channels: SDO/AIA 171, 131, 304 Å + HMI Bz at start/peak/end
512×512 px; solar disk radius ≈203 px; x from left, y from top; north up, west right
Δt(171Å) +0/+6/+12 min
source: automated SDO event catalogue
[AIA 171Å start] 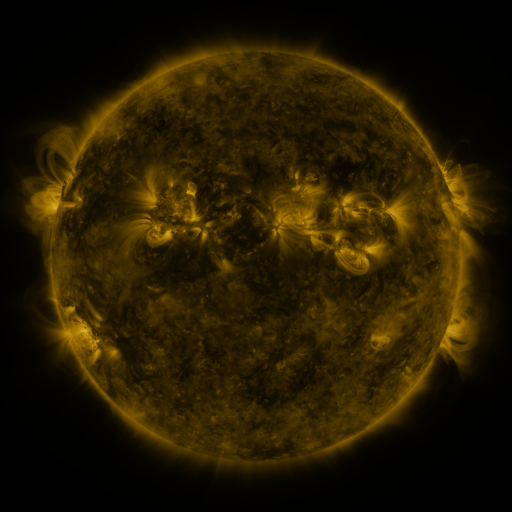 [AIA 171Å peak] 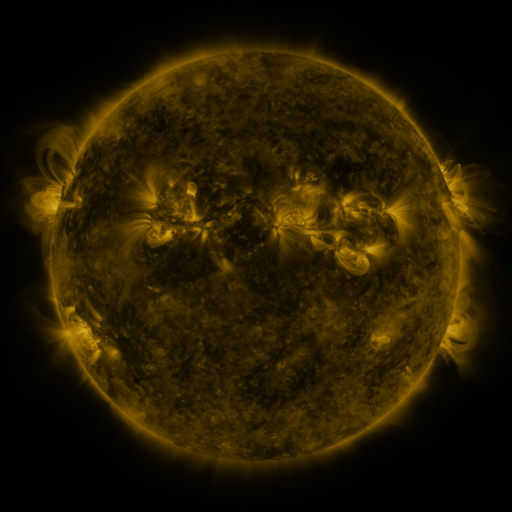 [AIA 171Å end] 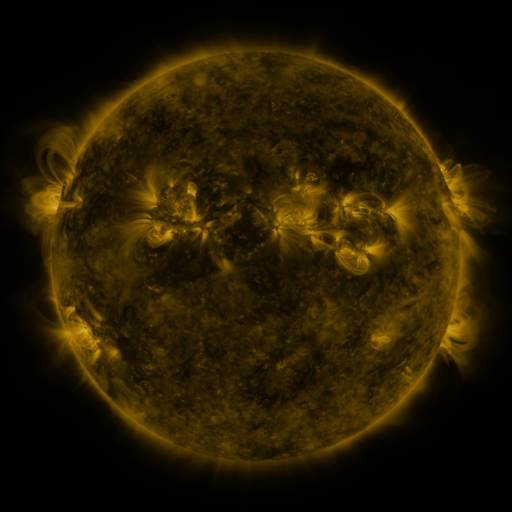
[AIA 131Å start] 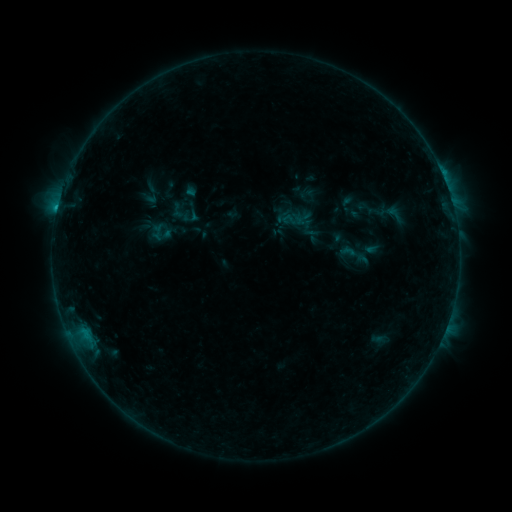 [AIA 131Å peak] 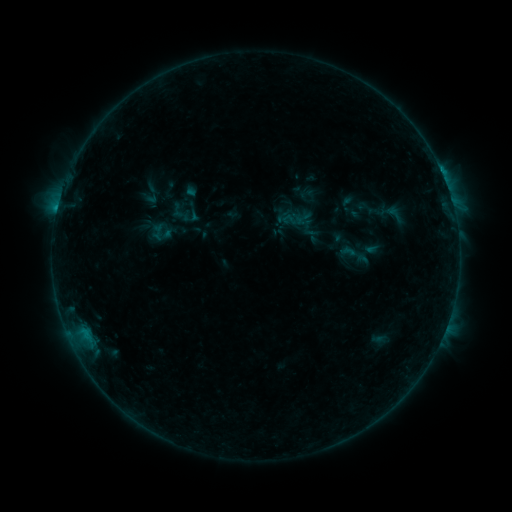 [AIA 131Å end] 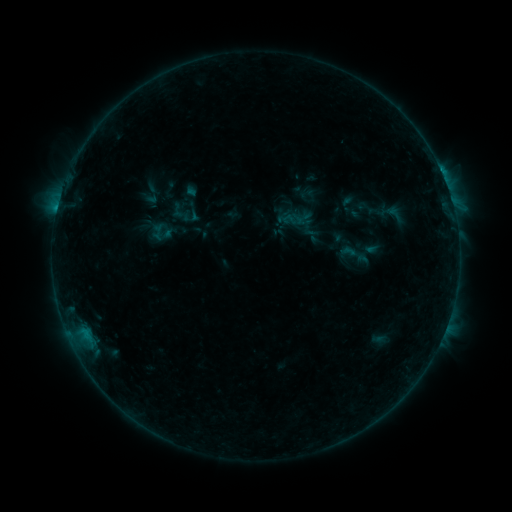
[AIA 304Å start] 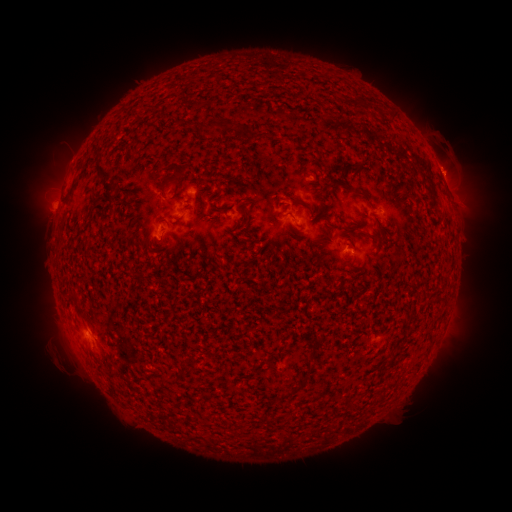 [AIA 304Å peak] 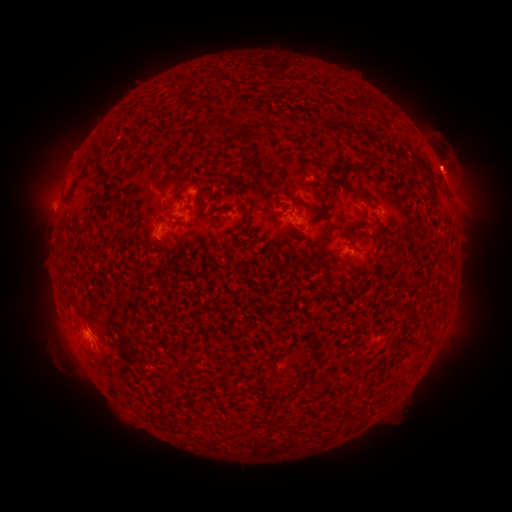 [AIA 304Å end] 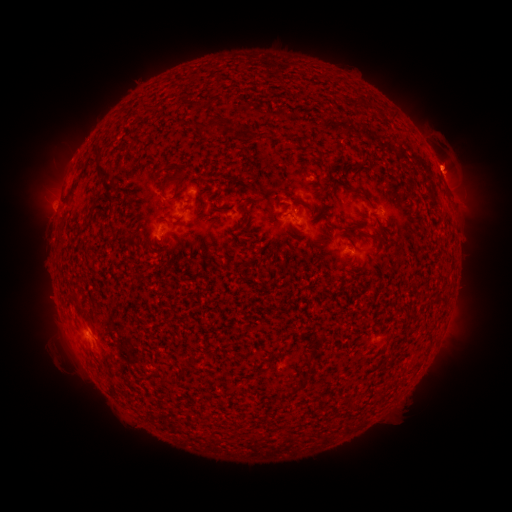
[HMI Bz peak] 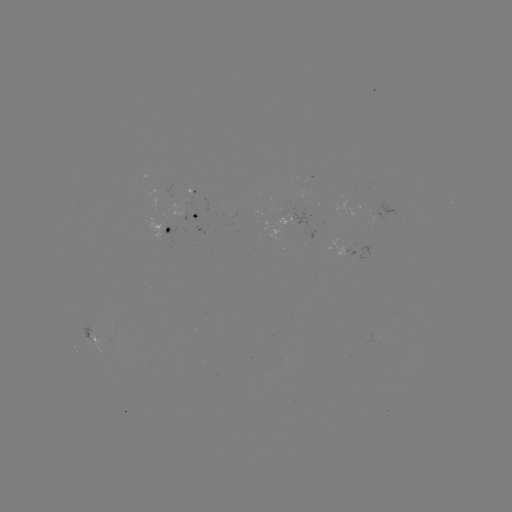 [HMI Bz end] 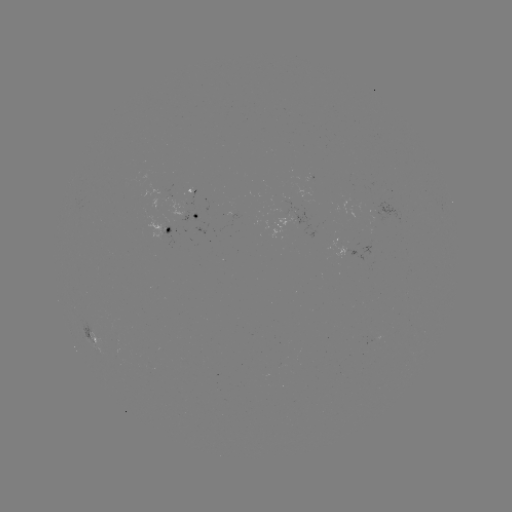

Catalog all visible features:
eruption: (445, 161)
